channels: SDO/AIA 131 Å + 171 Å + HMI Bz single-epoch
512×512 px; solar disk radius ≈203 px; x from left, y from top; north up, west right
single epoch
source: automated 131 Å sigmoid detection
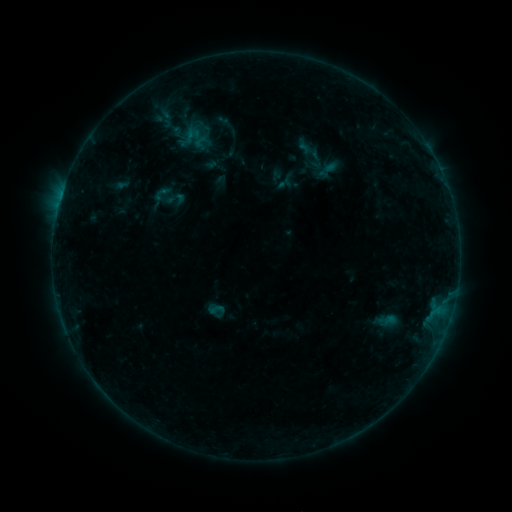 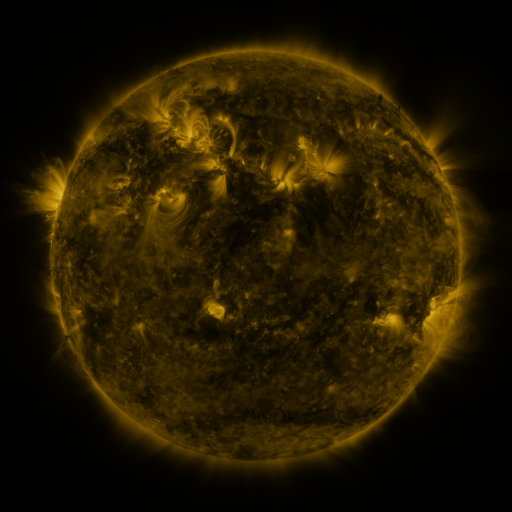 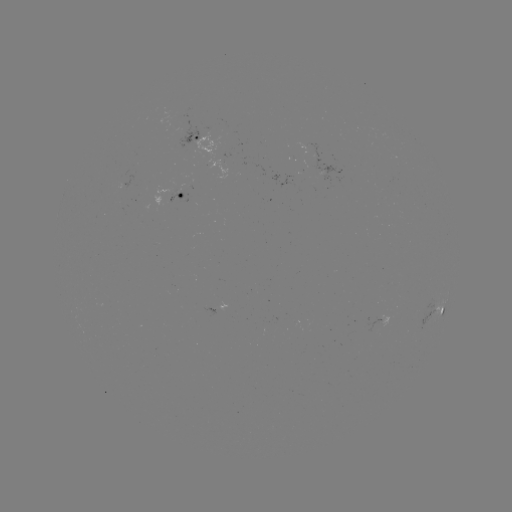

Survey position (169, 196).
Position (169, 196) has sigmoid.